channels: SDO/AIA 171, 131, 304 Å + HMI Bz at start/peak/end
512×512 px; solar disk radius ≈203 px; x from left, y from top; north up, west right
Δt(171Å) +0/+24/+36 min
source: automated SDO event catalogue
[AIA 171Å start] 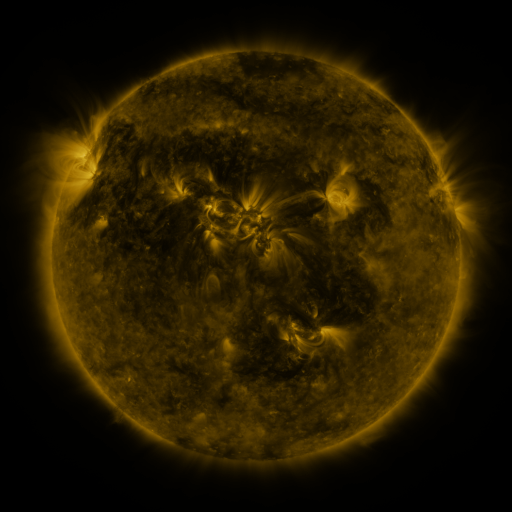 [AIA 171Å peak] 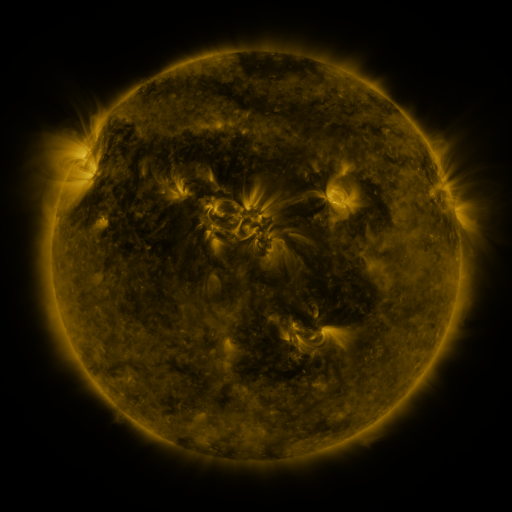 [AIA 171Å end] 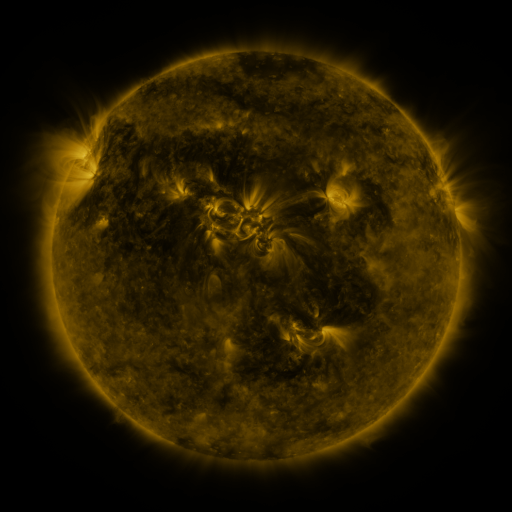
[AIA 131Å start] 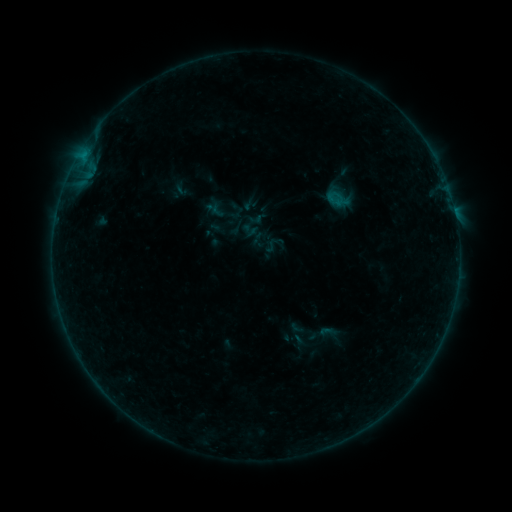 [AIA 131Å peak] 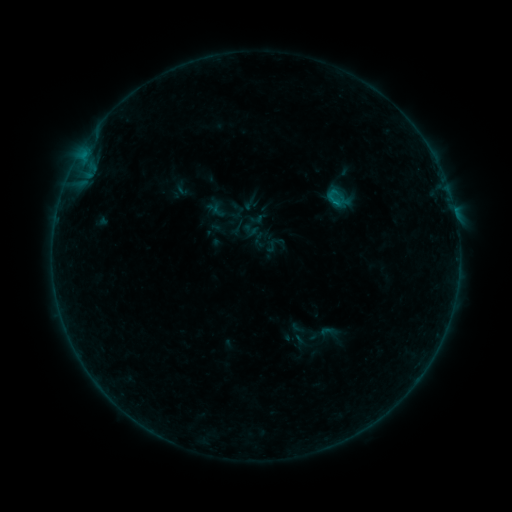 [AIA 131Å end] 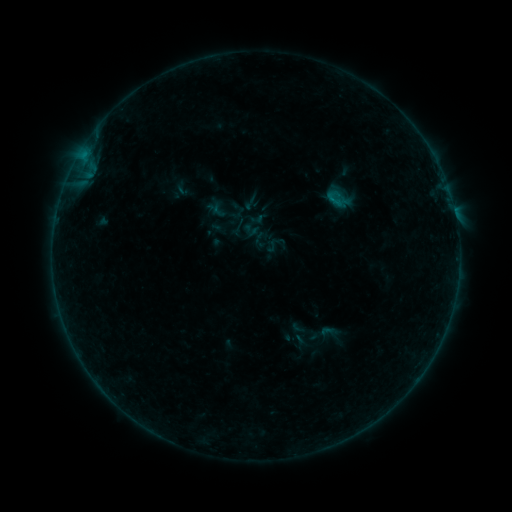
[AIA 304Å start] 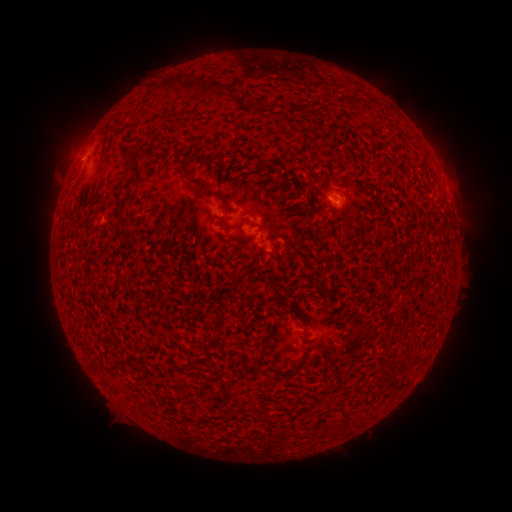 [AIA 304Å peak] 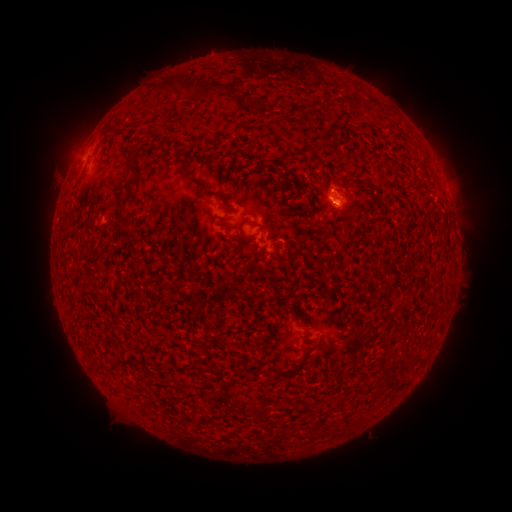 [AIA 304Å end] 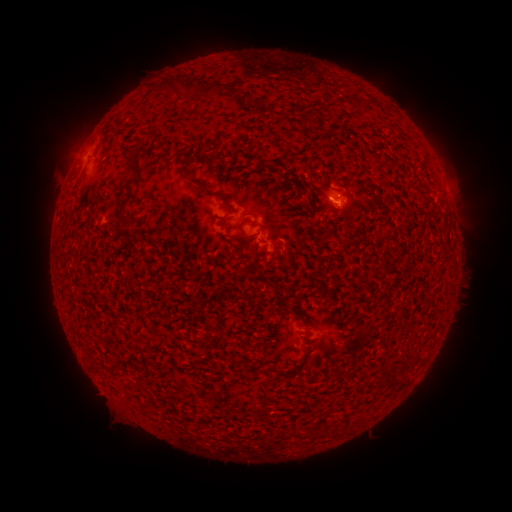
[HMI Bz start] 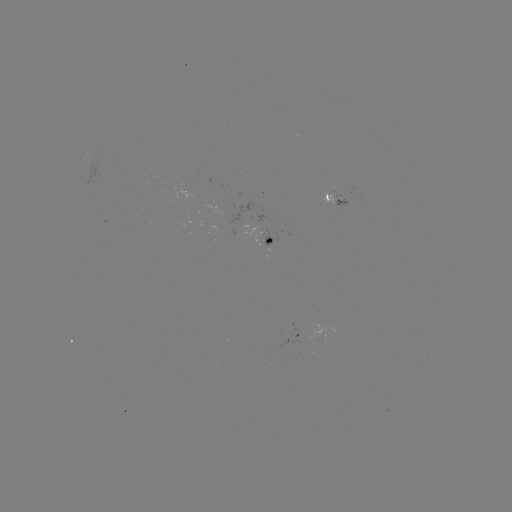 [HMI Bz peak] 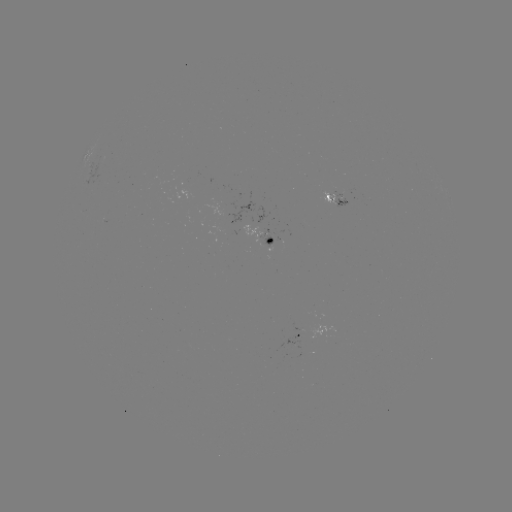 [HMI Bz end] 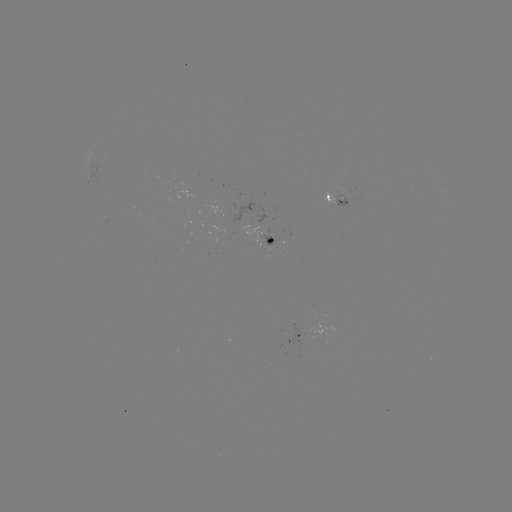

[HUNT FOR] B1.9 flare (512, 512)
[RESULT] (331, 192)